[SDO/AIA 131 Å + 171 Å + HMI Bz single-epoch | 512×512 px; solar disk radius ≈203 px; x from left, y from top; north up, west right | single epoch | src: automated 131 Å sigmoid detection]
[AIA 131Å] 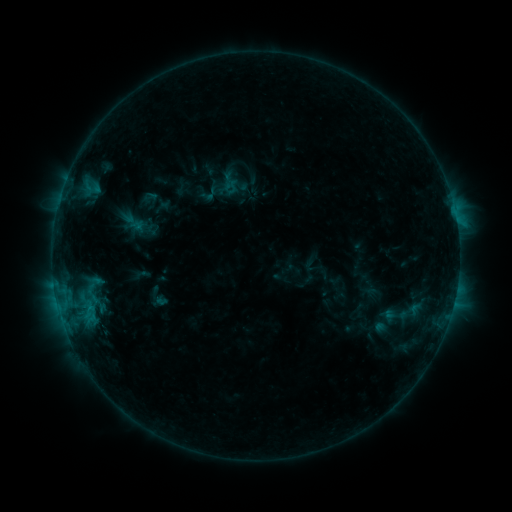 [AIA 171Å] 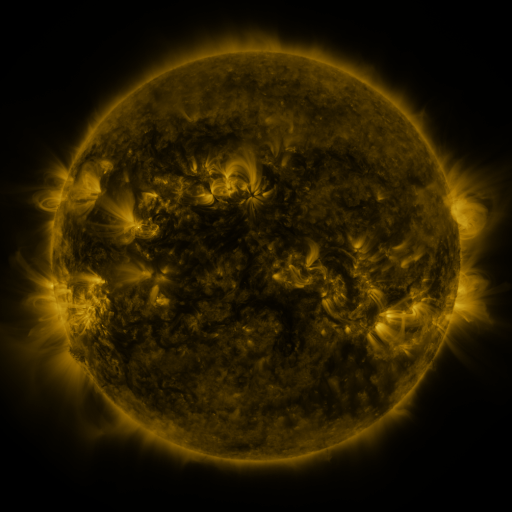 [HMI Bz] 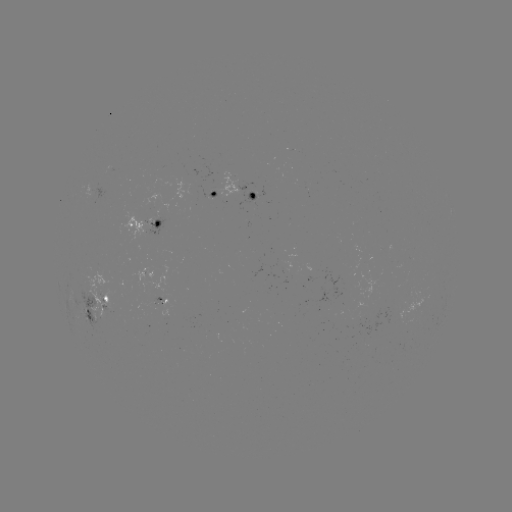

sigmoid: [122, 210, 146, 234]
